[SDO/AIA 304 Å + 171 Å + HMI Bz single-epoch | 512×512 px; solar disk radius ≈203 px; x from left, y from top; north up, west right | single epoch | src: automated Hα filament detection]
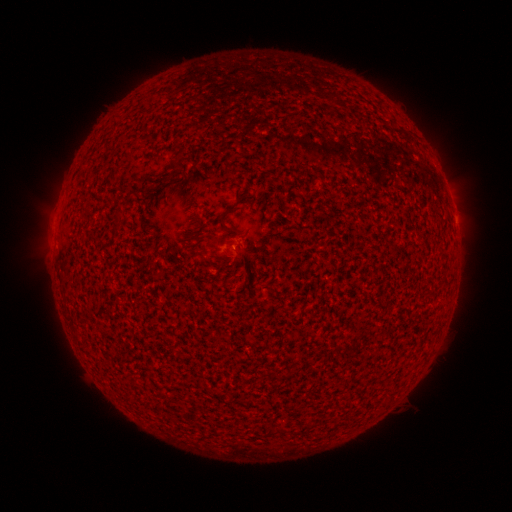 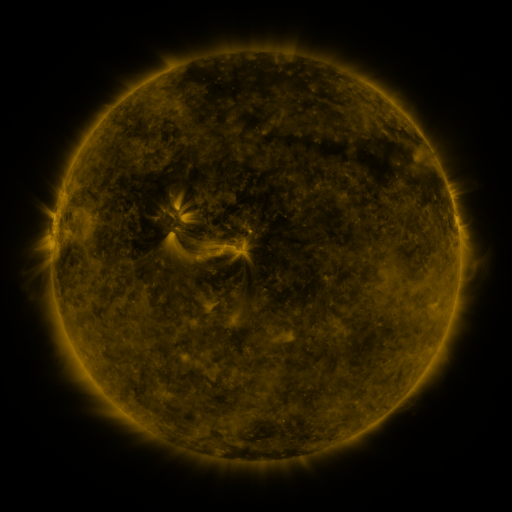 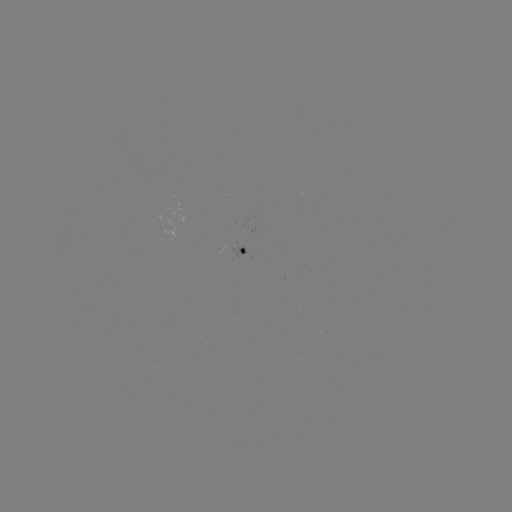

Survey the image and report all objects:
filament: (173, 167)
filament: (223, 222)
filament: (117, 226)
filament: (211, 237)
filament: (75, 316)
filament: (164, 337)
filament: (143, 346)
filament: (118, 350)
filament: (185, 371)
filament: (185, 377)
filament: (191, 410)
